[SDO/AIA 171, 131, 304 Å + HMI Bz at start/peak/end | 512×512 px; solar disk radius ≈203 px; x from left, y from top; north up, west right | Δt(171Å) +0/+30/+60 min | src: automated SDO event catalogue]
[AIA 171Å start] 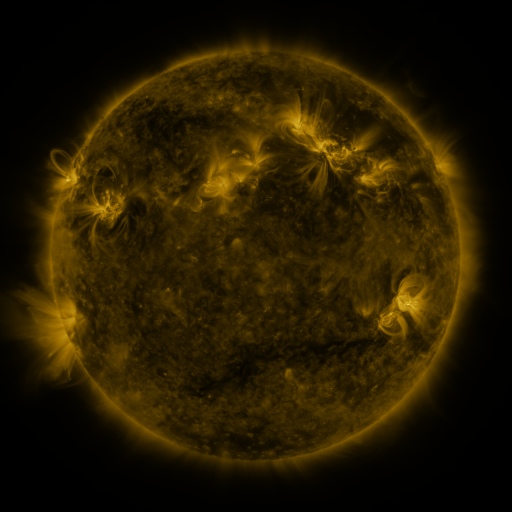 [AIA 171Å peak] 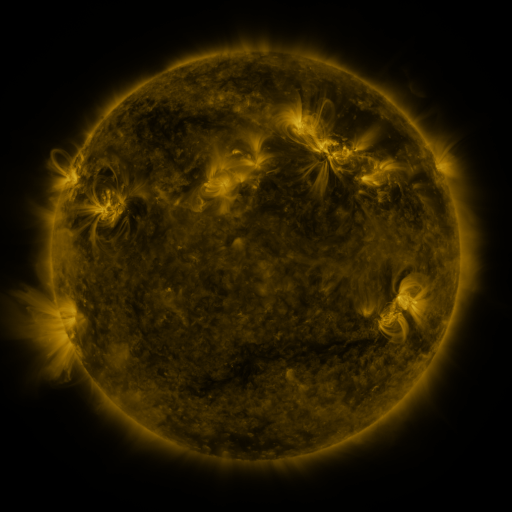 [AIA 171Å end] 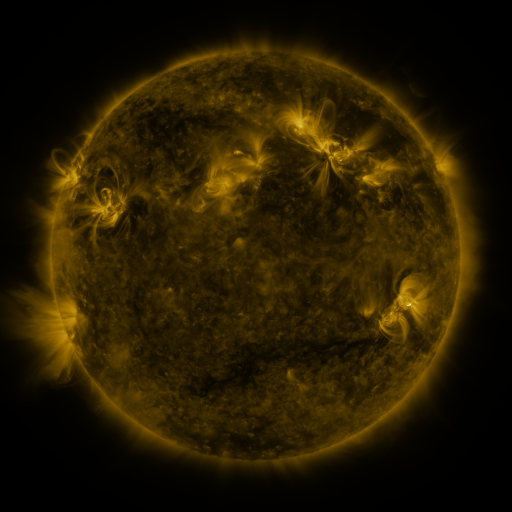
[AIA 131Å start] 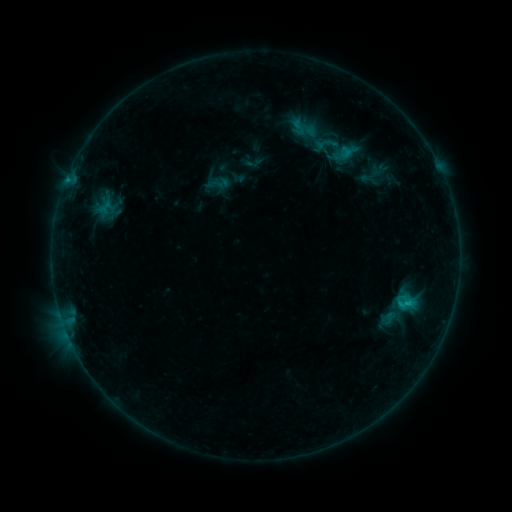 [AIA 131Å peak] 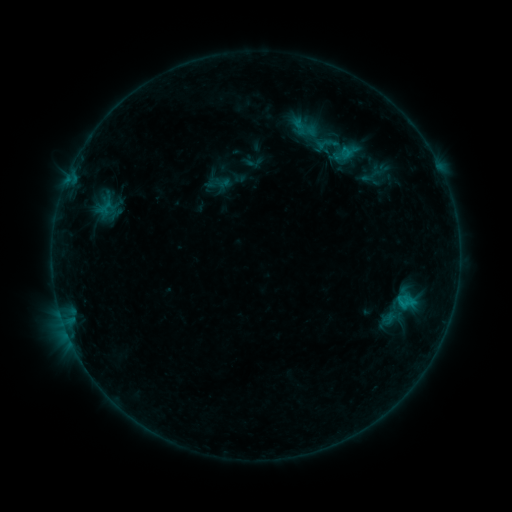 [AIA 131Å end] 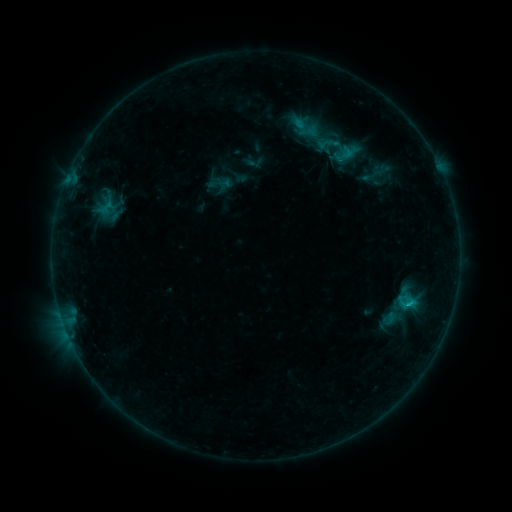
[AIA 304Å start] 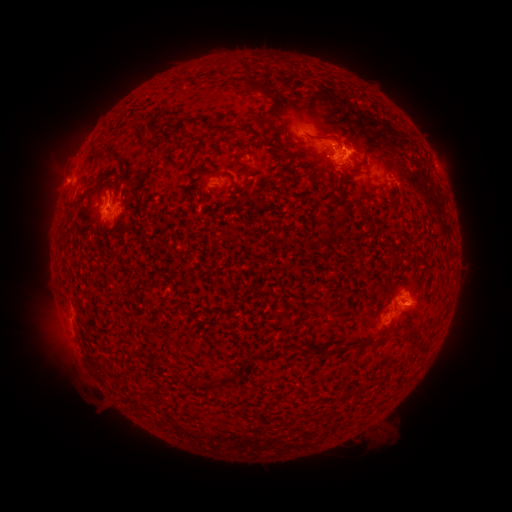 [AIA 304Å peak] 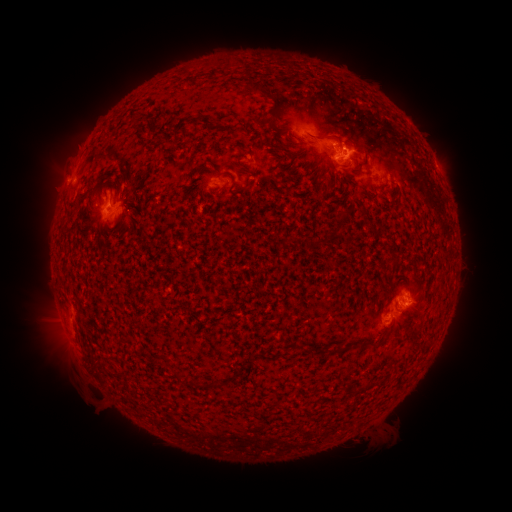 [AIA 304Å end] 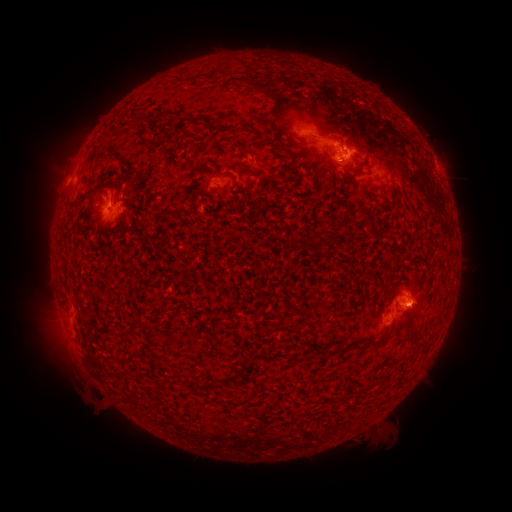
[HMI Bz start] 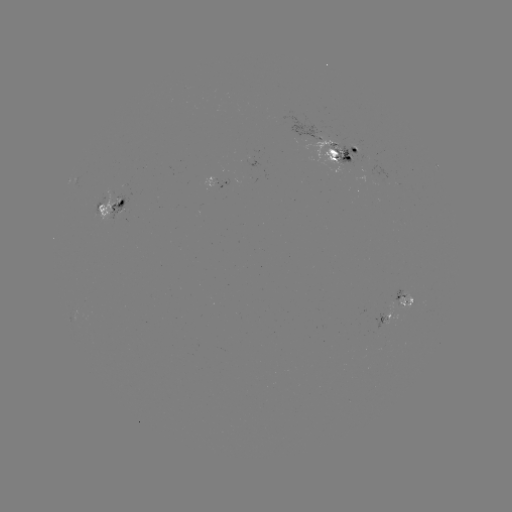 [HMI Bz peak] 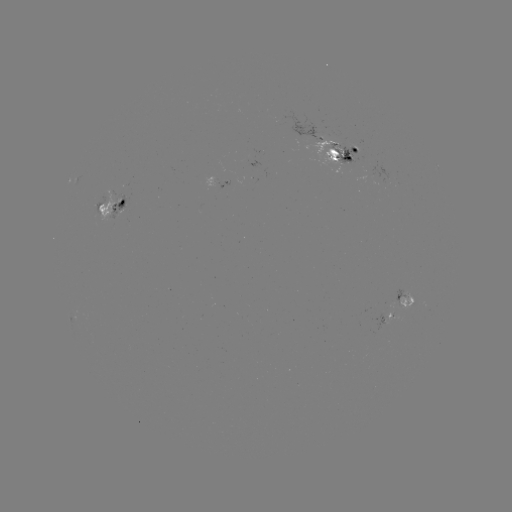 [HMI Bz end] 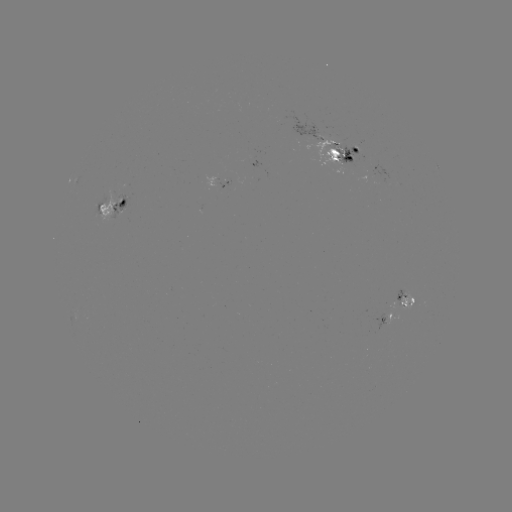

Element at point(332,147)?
emerging-flux region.